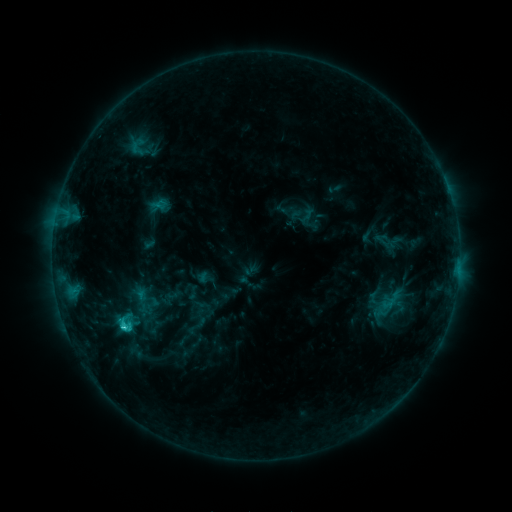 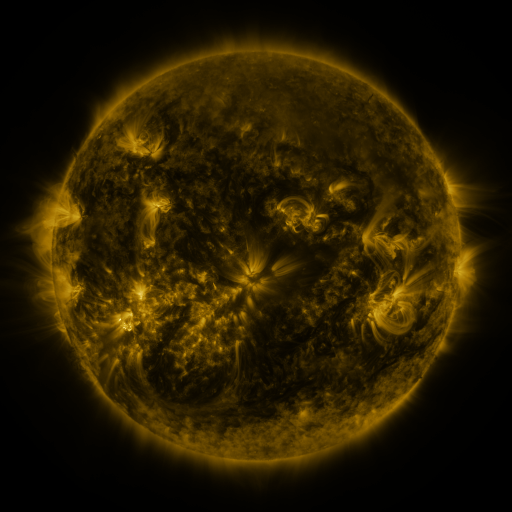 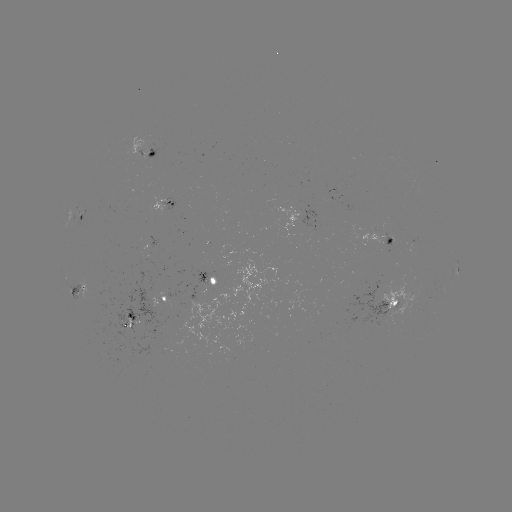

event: sigmoid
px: (142, 302)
